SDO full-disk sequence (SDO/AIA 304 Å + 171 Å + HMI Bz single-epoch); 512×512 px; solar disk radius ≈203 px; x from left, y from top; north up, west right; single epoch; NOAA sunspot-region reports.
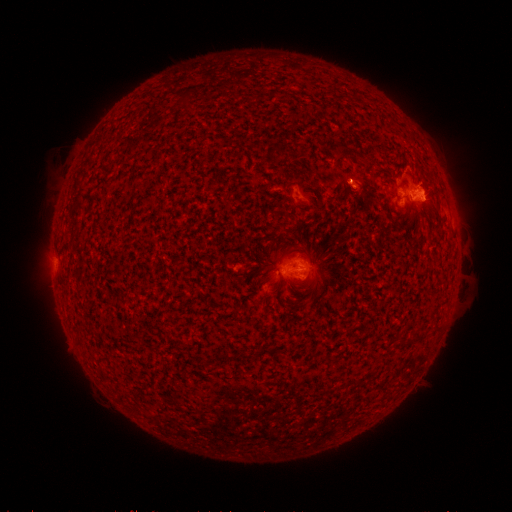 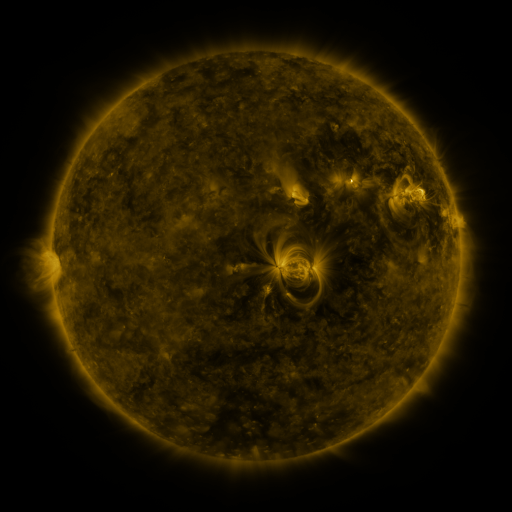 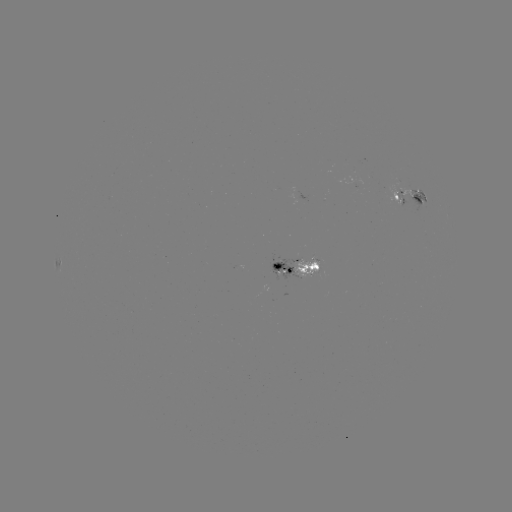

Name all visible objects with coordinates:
spotted active region: (301, 195)
spotted active region: (412, 200)
spotted active region: (62, 259)
spotted active region: (301, 272)
